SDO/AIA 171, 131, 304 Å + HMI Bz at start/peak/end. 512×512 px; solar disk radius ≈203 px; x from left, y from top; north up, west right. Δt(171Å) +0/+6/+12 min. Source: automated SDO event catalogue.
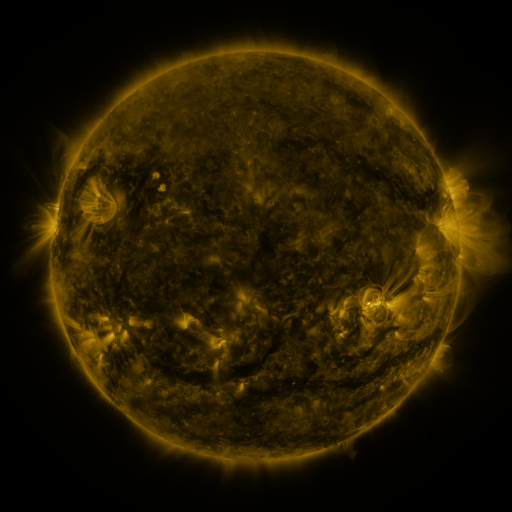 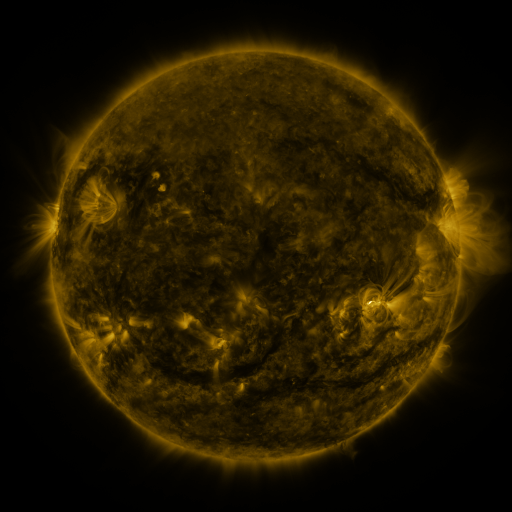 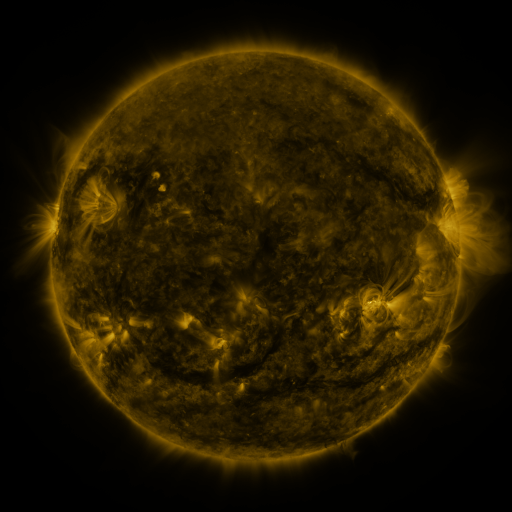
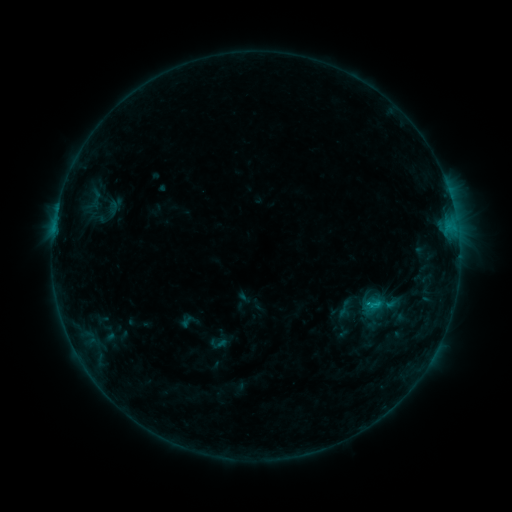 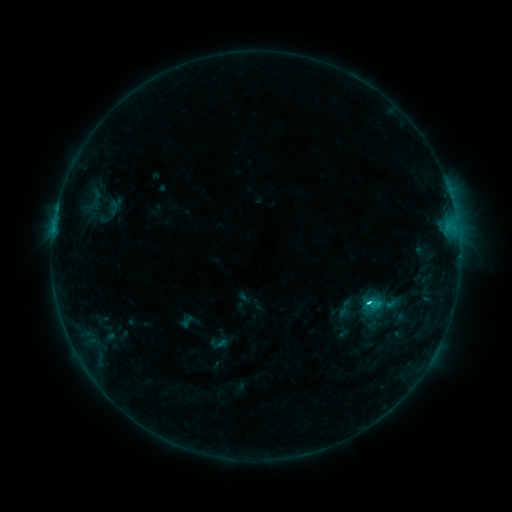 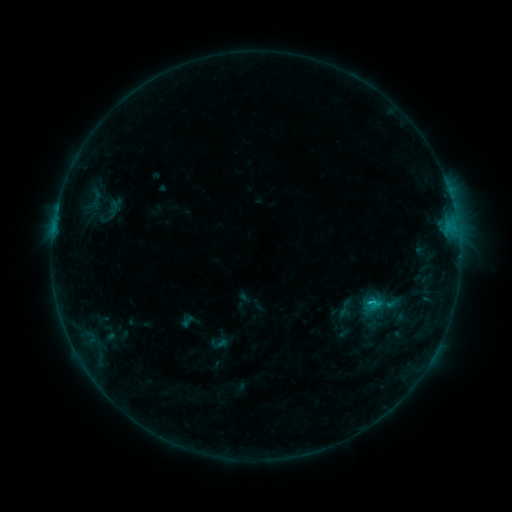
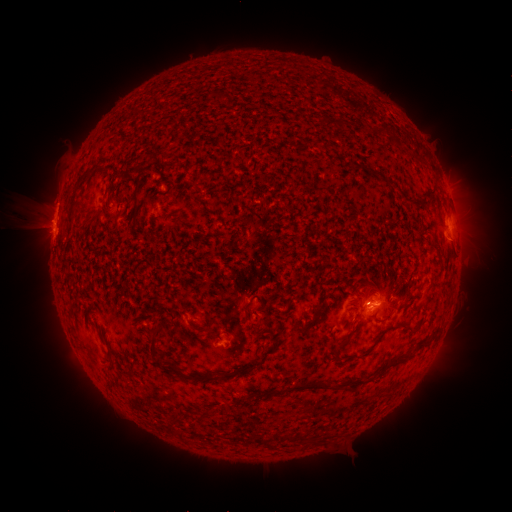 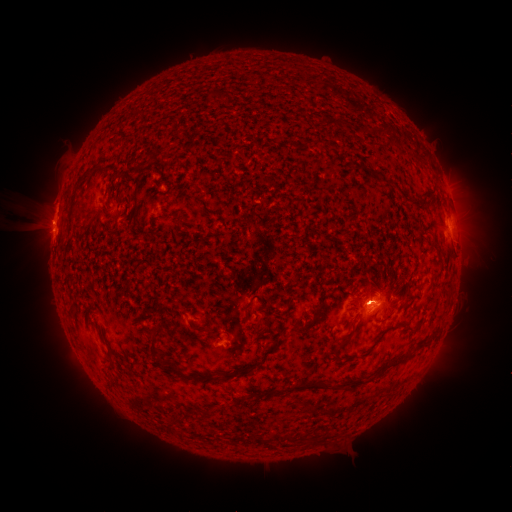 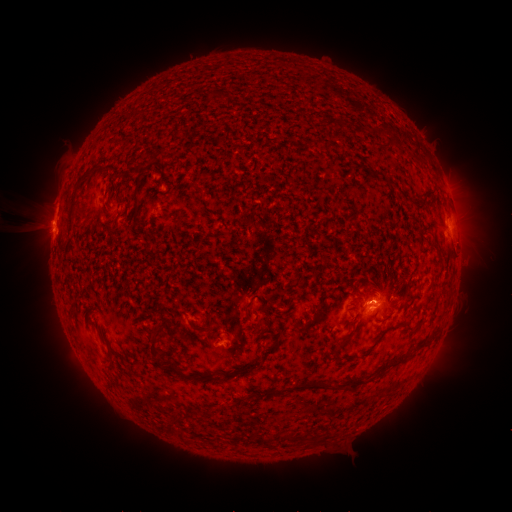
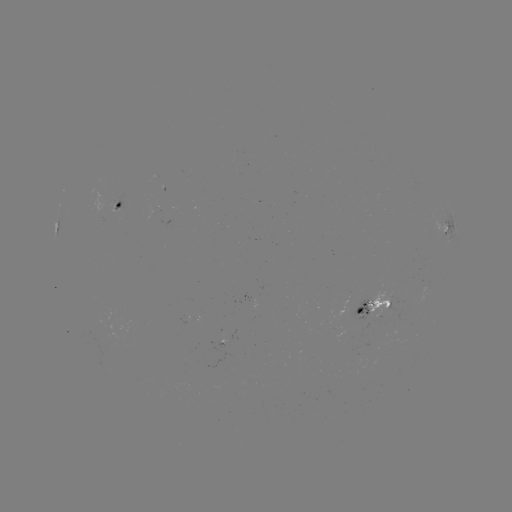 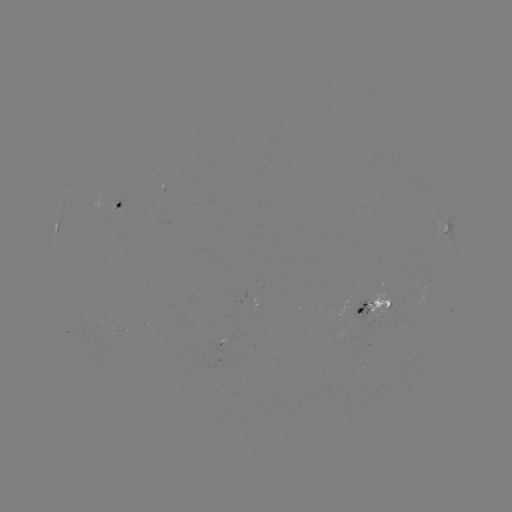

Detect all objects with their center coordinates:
C1.6 flare: (367, 302)
